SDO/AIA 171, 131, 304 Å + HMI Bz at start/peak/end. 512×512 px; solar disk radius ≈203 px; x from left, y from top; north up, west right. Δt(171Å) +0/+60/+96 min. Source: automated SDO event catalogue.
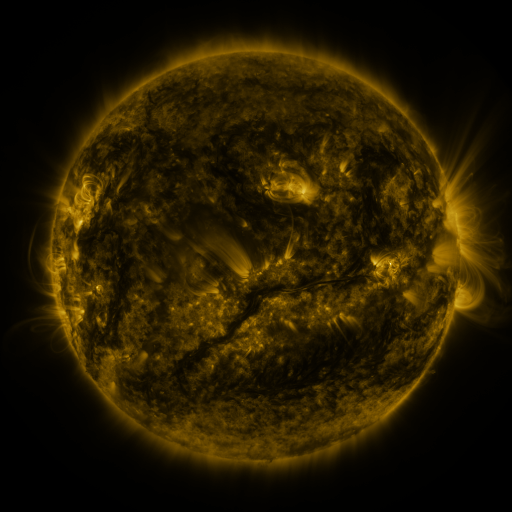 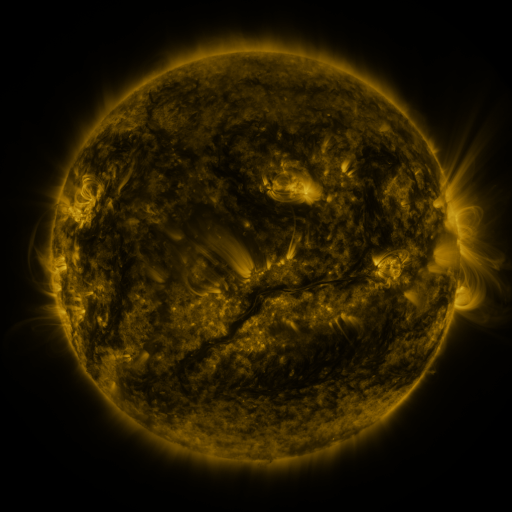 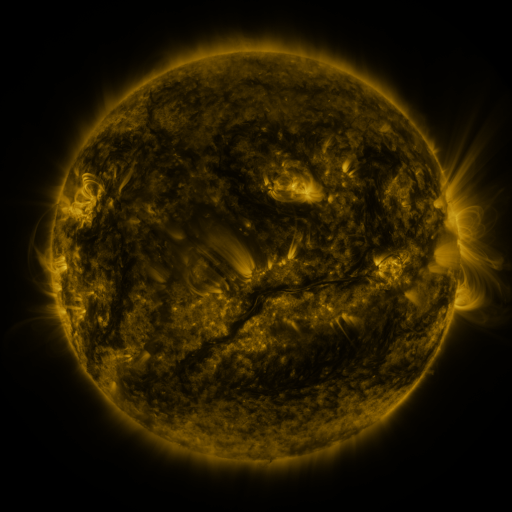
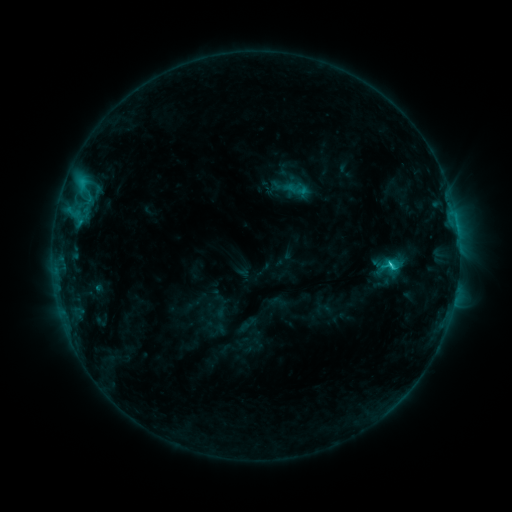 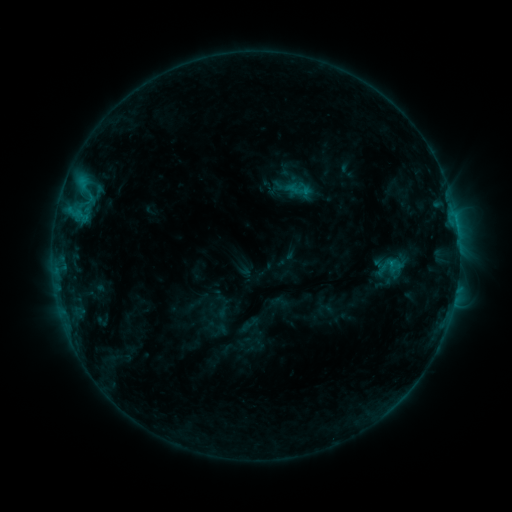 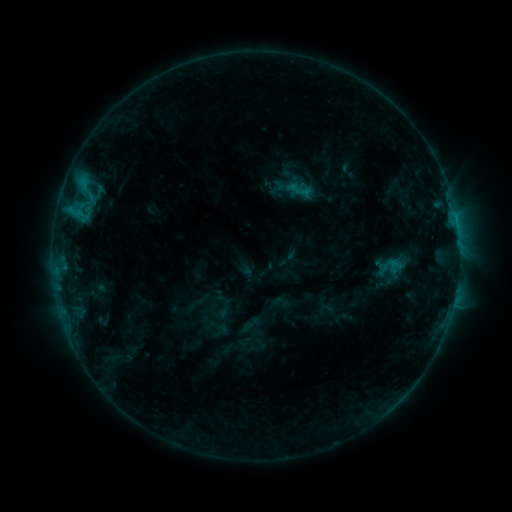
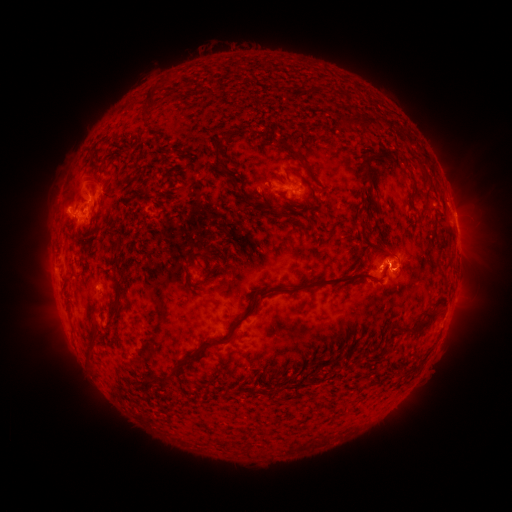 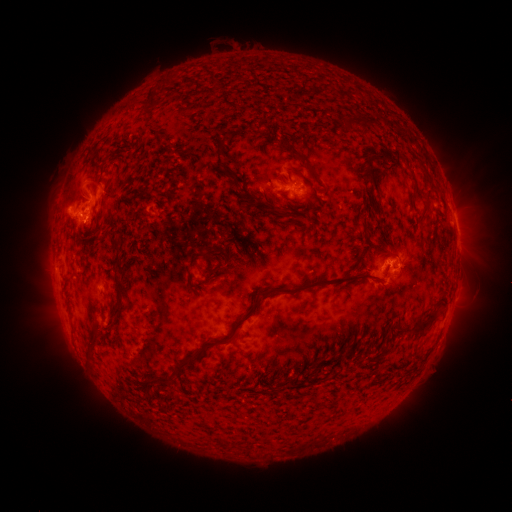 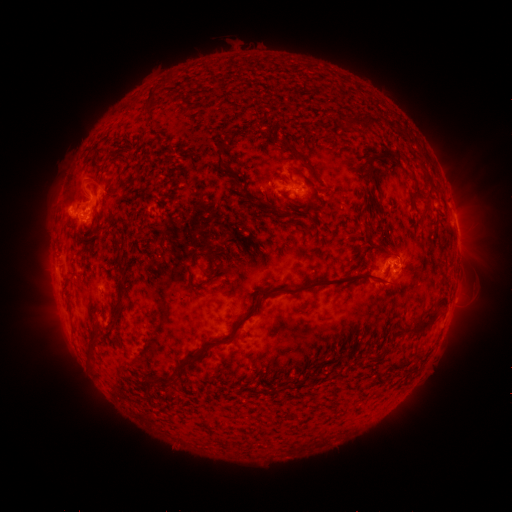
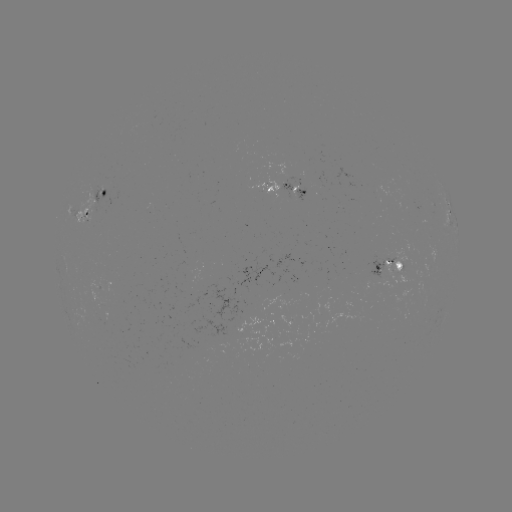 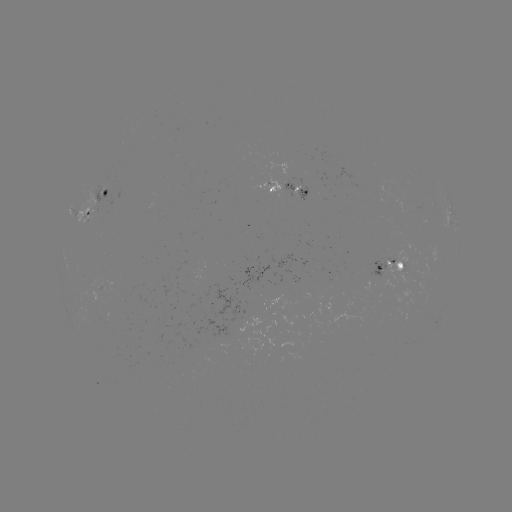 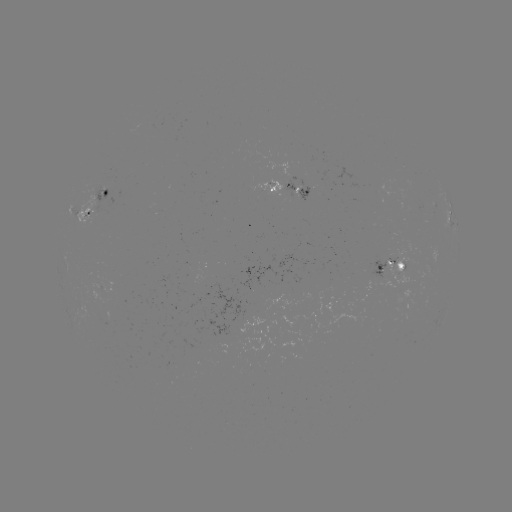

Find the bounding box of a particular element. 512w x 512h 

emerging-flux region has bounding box [401, 192, 427, 214].